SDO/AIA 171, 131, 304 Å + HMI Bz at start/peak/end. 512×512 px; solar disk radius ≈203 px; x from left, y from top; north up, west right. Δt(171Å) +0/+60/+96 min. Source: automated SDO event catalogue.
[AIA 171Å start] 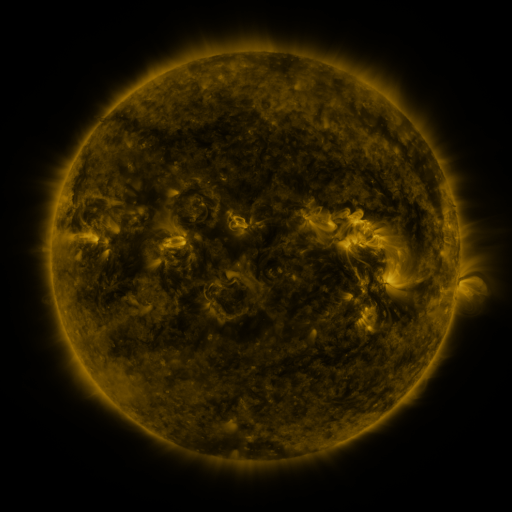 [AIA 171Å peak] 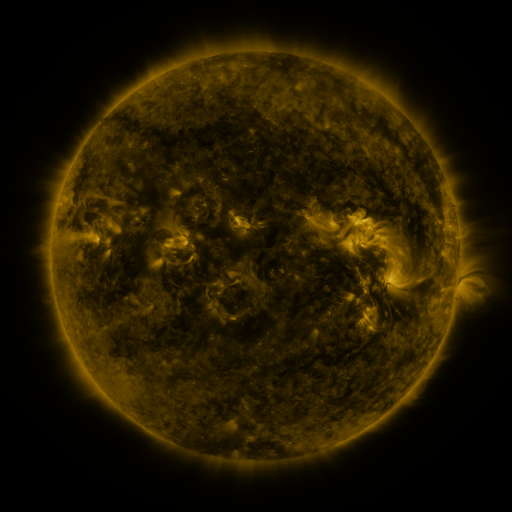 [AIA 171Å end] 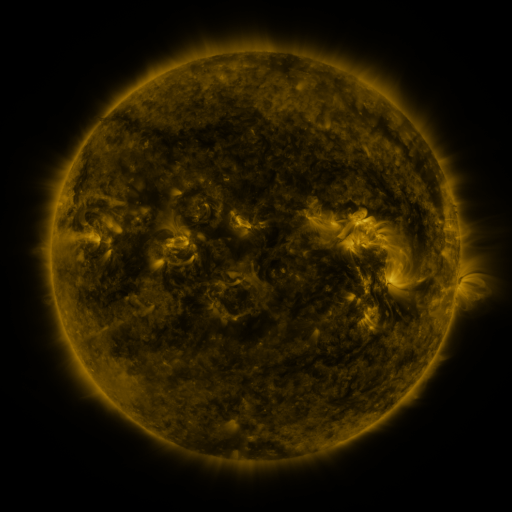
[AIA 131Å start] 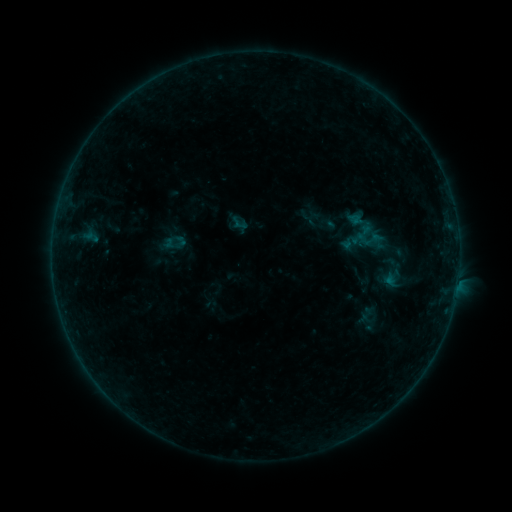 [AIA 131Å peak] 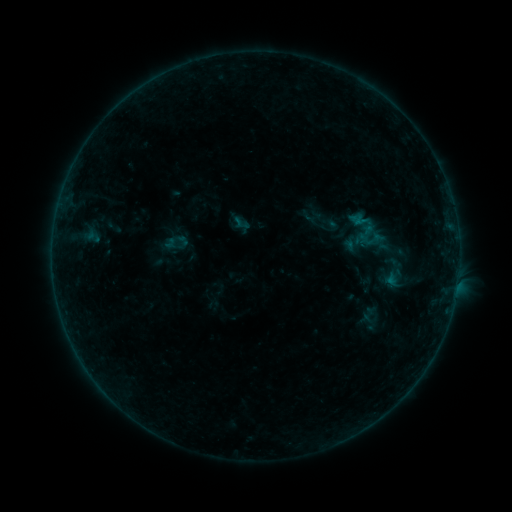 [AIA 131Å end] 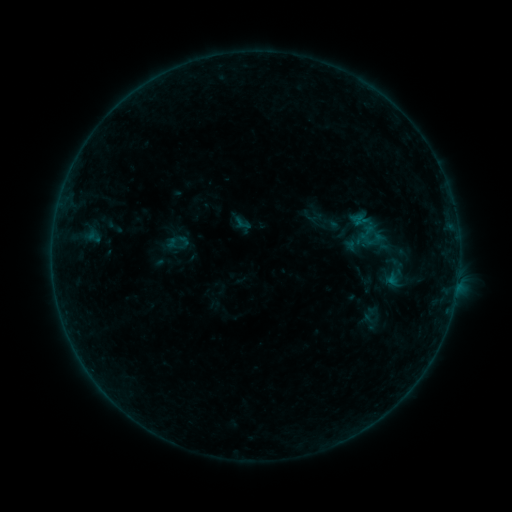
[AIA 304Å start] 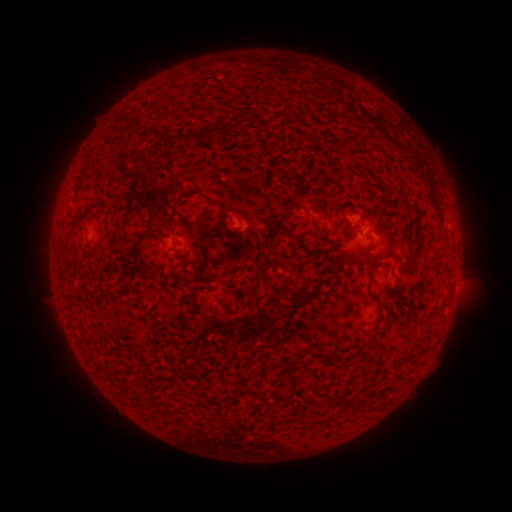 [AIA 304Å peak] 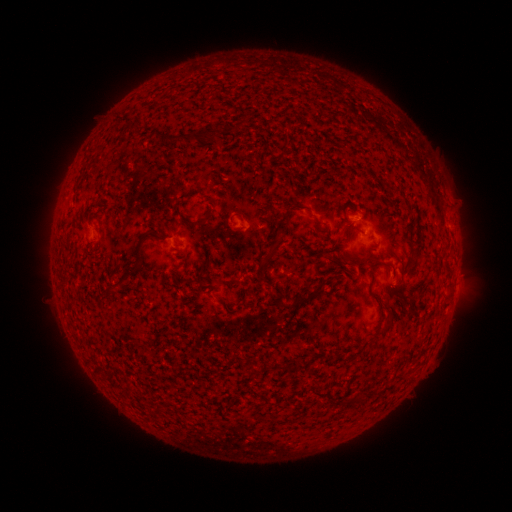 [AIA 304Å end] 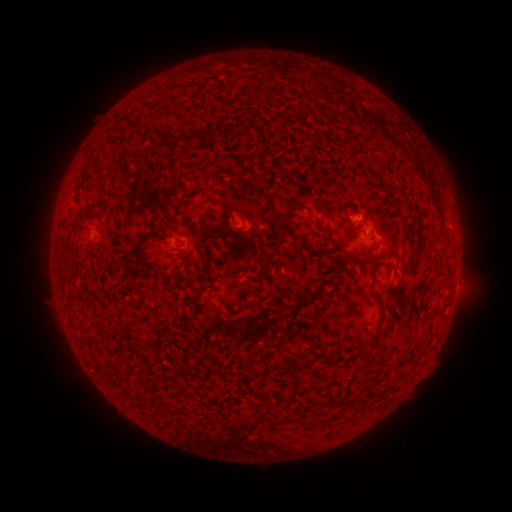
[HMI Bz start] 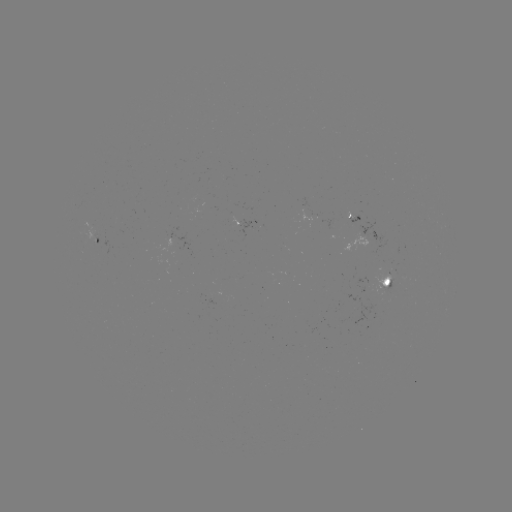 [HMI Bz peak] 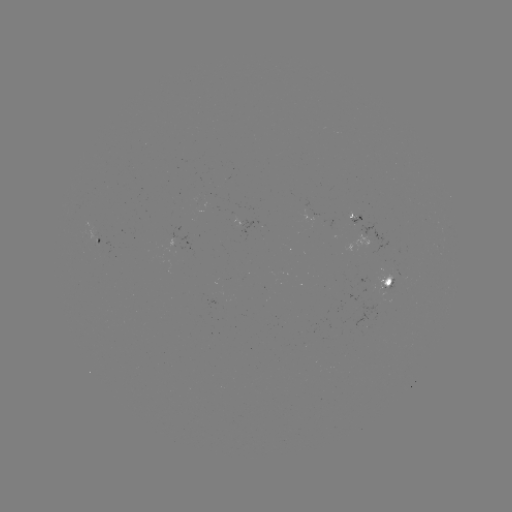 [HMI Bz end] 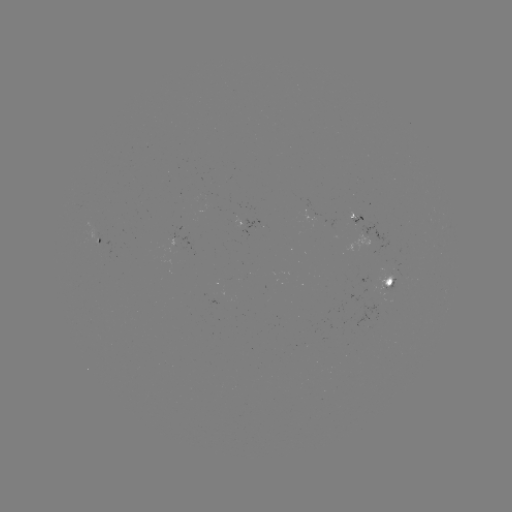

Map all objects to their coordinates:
emerging-flux region: (87, 234)
